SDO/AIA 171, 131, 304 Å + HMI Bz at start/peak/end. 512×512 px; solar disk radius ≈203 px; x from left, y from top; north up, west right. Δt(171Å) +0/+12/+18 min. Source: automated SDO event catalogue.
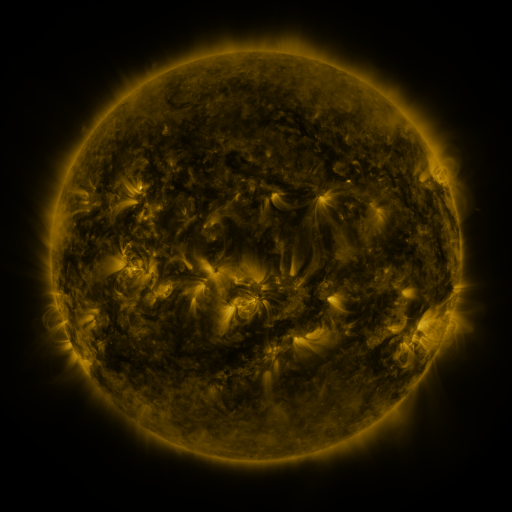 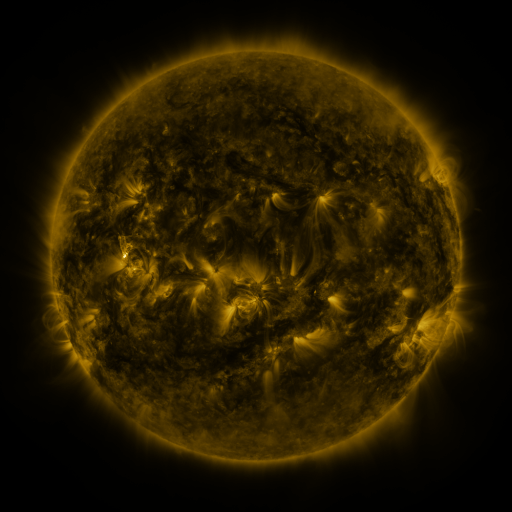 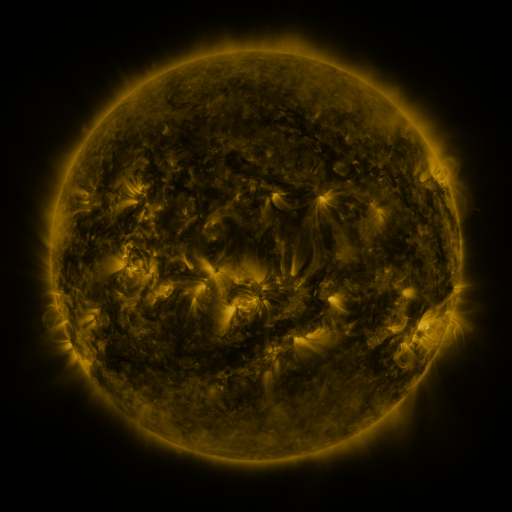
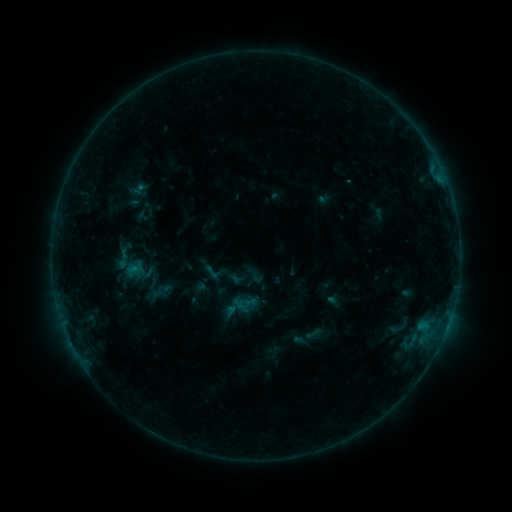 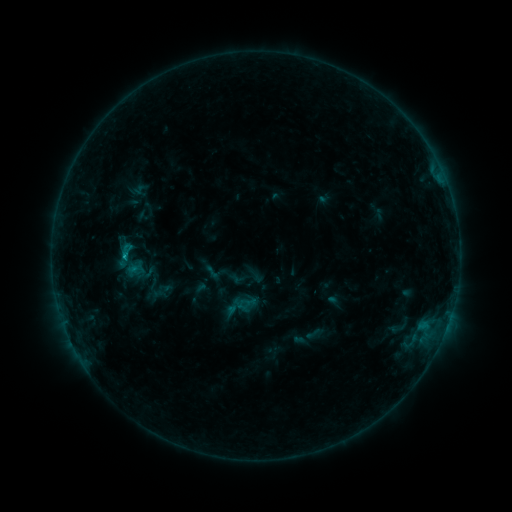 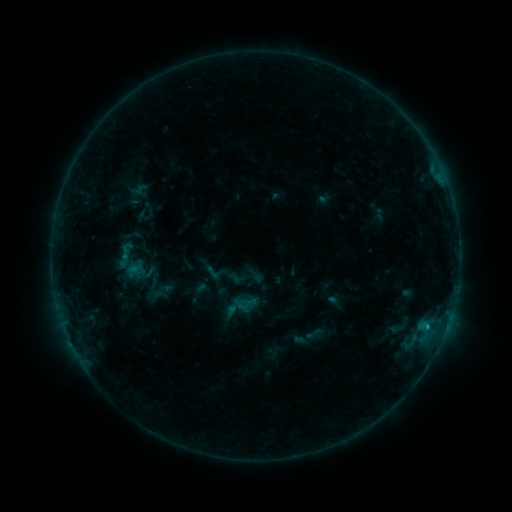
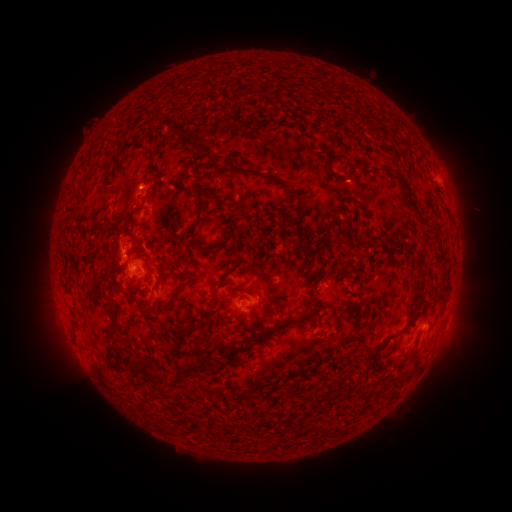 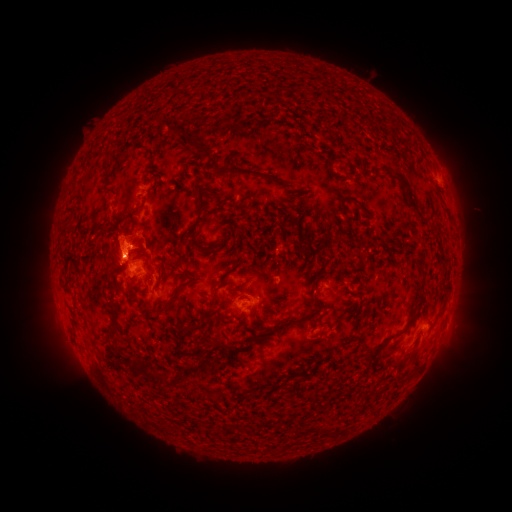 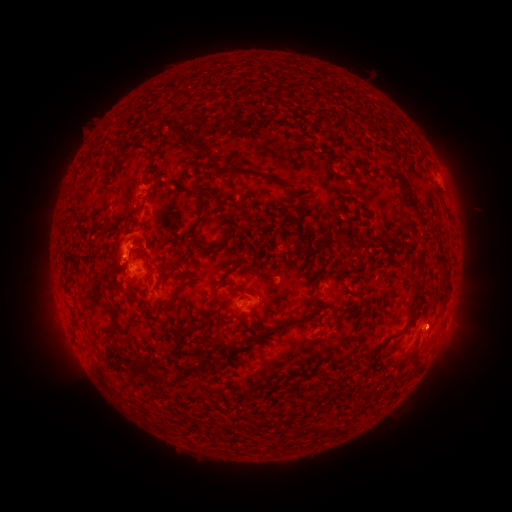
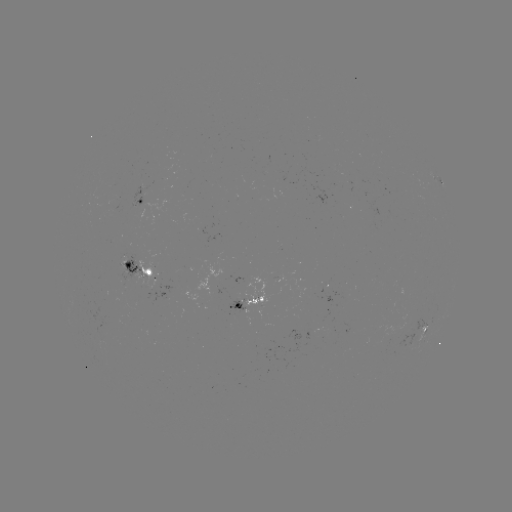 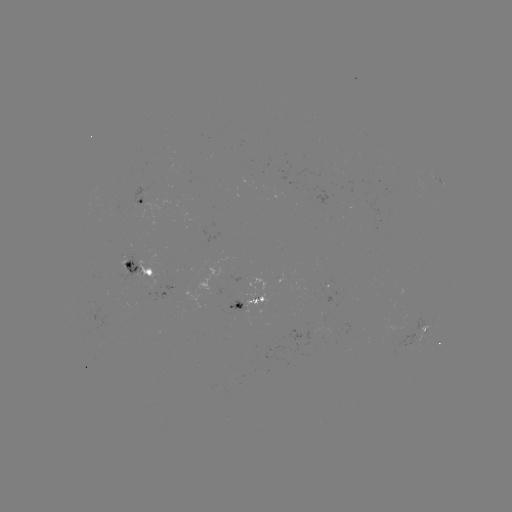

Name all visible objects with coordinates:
eruption: (128, 237)
